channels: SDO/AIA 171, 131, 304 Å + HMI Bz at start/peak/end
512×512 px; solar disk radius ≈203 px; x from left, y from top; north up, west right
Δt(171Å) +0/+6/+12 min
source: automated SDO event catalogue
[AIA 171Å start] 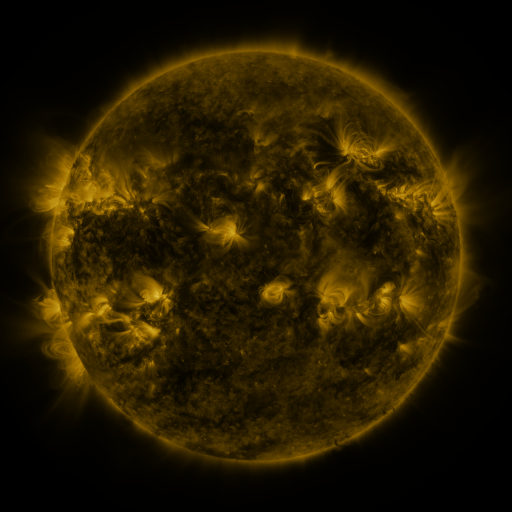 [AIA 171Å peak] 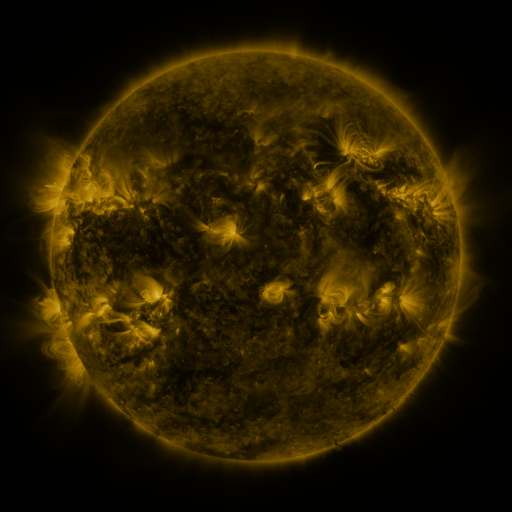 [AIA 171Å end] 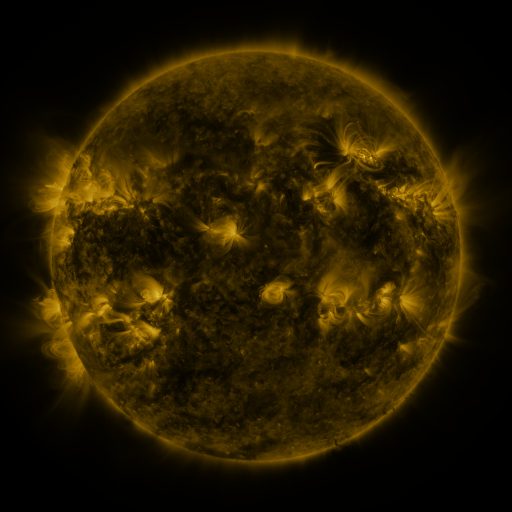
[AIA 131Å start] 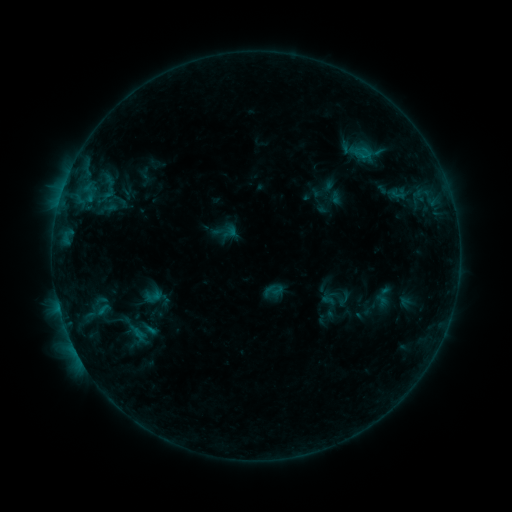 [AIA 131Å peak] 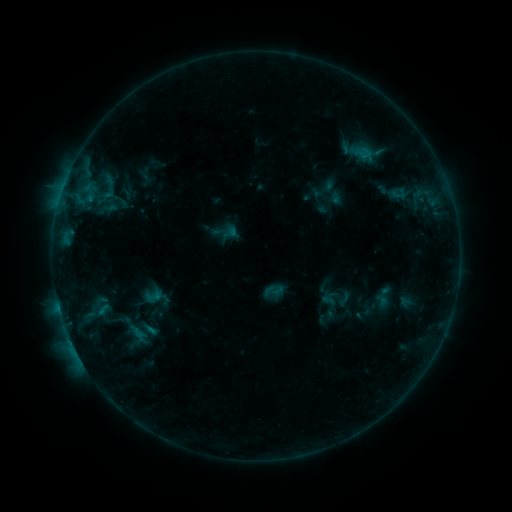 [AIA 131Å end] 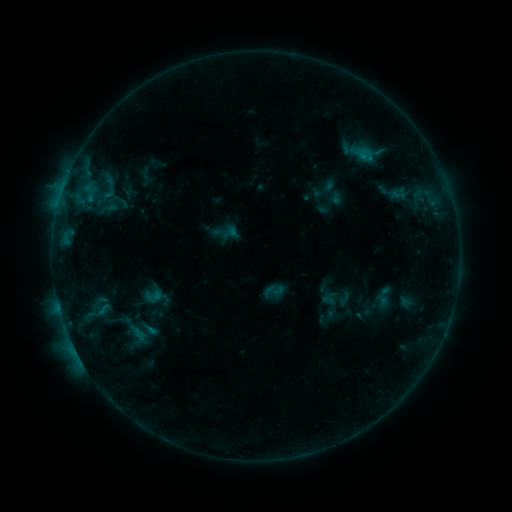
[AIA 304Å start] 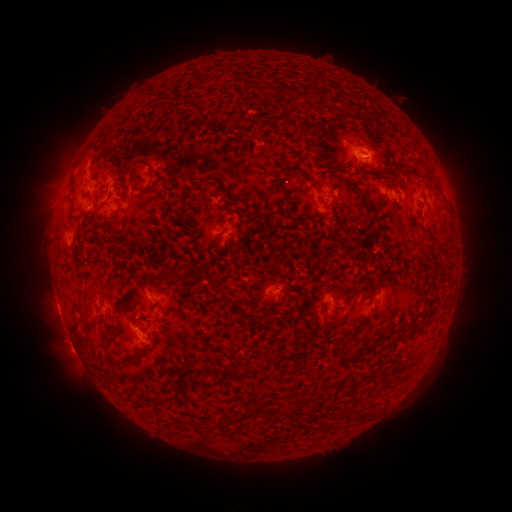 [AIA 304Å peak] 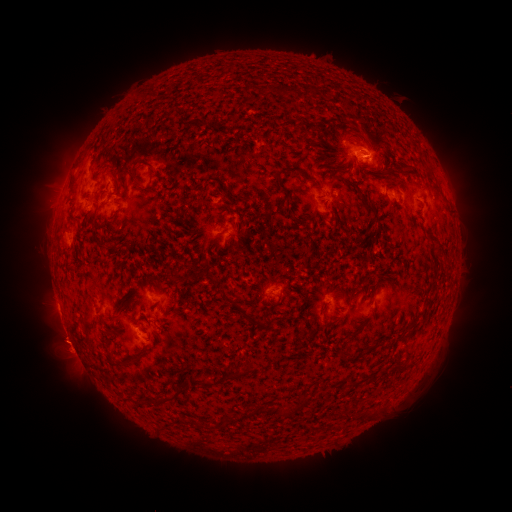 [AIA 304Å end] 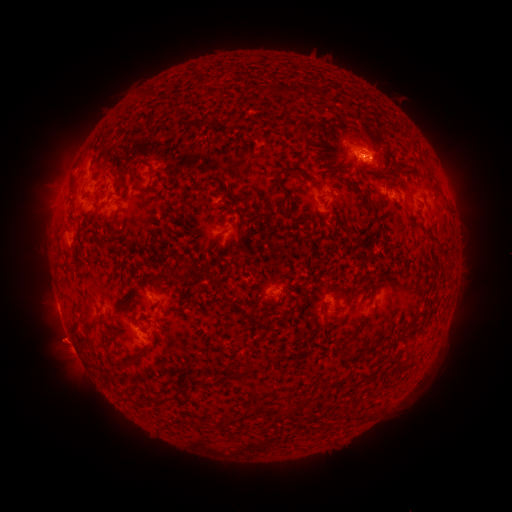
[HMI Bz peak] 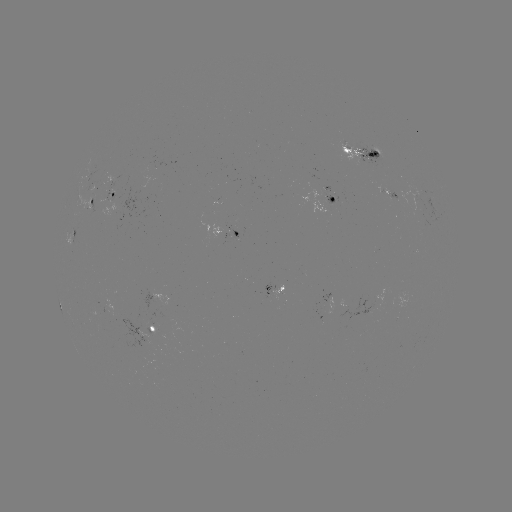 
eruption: [32, 318, 84, 366]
